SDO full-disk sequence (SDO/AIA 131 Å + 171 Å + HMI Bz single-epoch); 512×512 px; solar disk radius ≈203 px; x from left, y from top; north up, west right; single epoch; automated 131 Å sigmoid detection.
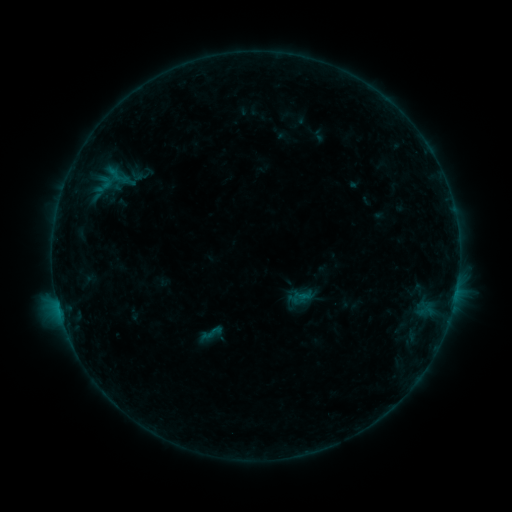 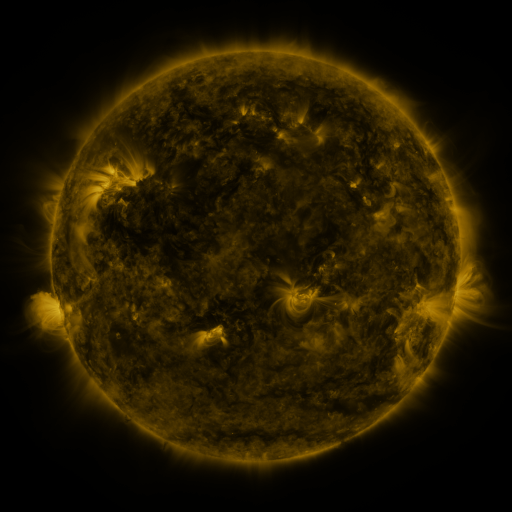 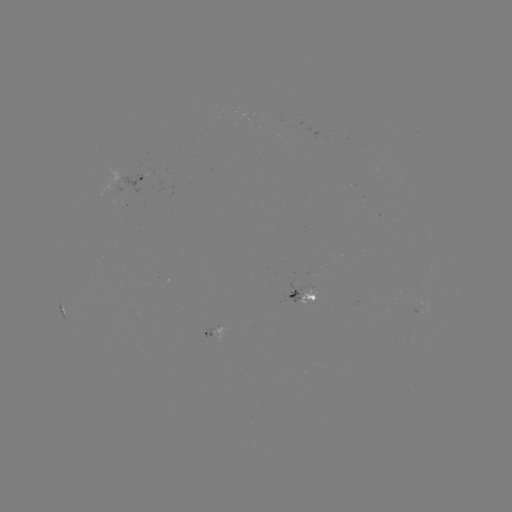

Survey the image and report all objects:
sigmoid: (211, 333)
